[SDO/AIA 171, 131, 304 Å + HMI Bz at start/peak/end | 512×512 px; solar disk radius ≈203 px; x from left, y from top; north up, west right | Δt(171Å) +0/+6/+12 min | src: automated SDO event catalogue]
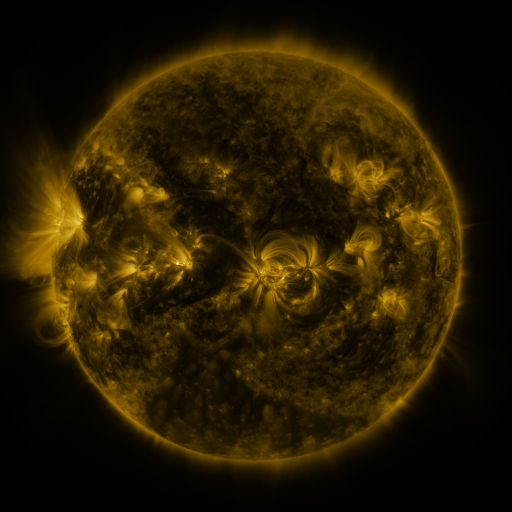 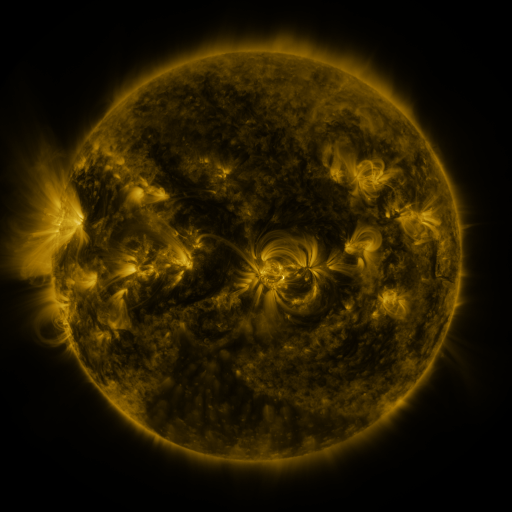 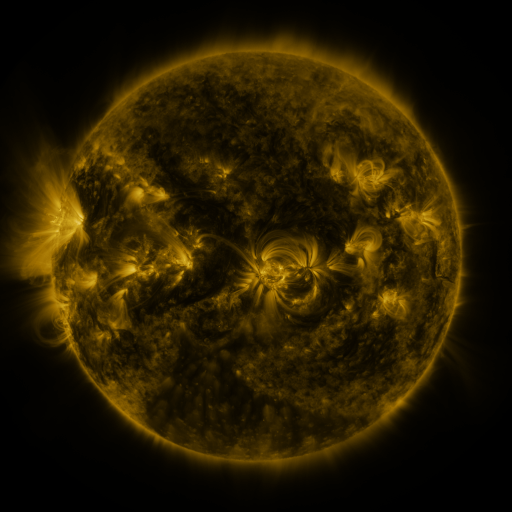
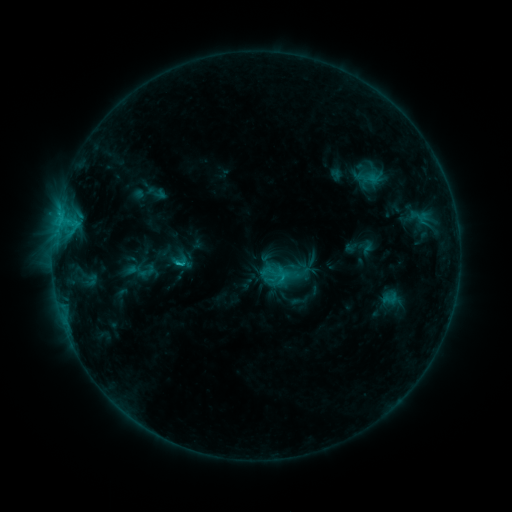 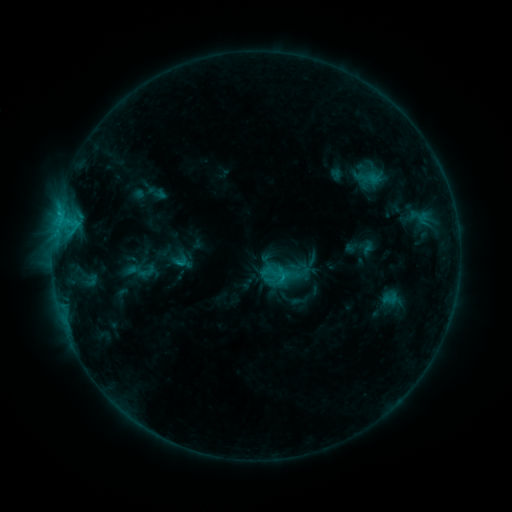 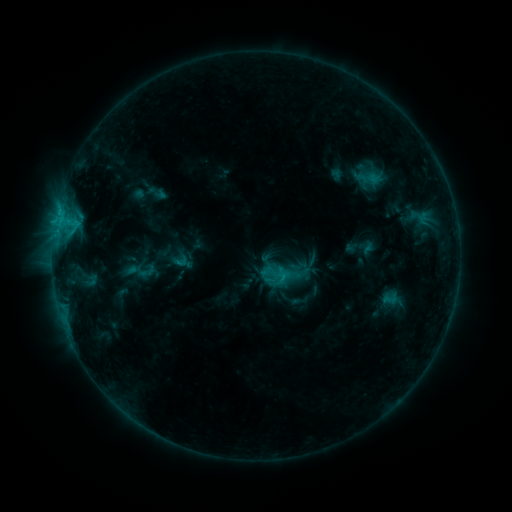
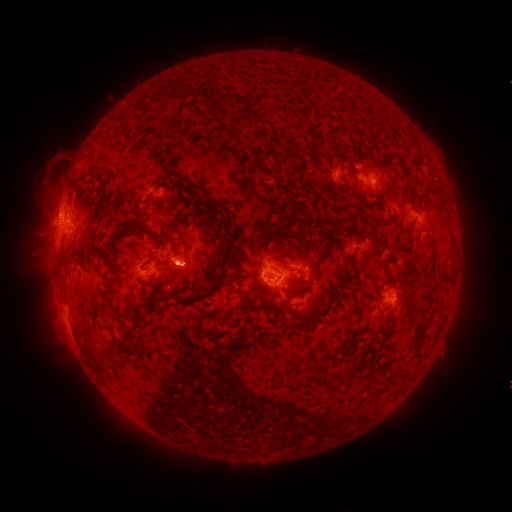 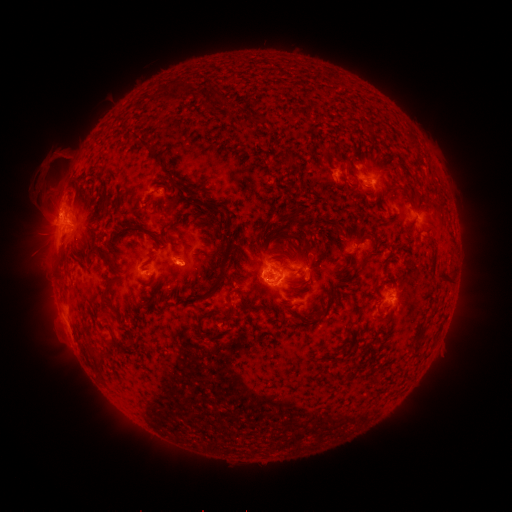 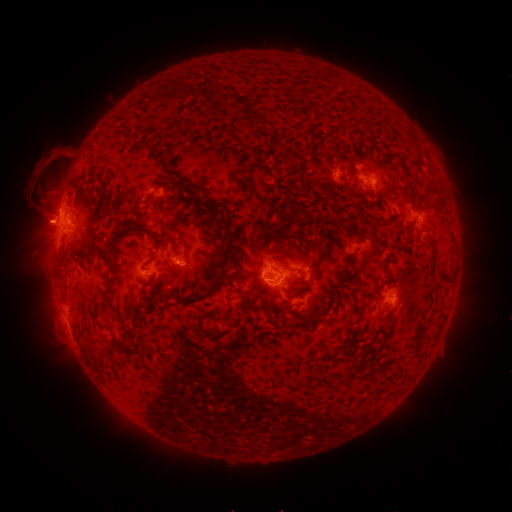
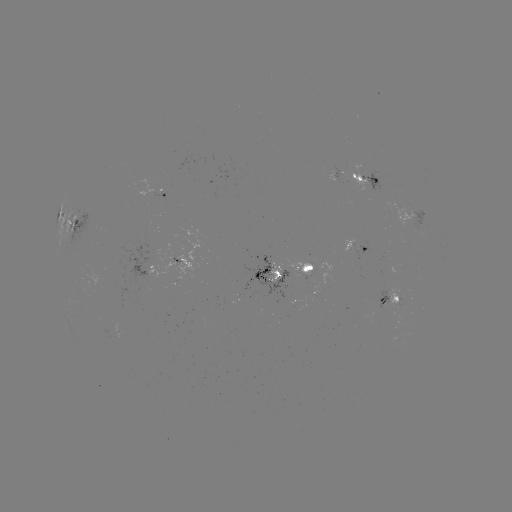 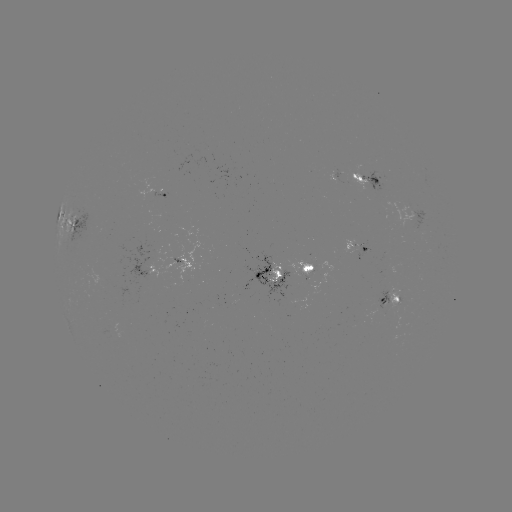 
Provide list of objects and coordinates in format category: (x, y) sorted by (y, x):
eruption: (47, 176)
